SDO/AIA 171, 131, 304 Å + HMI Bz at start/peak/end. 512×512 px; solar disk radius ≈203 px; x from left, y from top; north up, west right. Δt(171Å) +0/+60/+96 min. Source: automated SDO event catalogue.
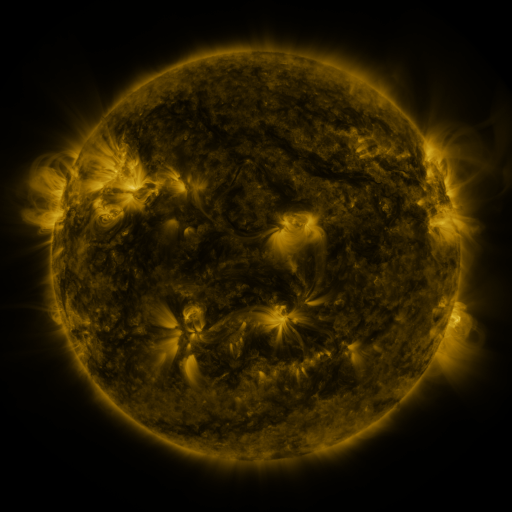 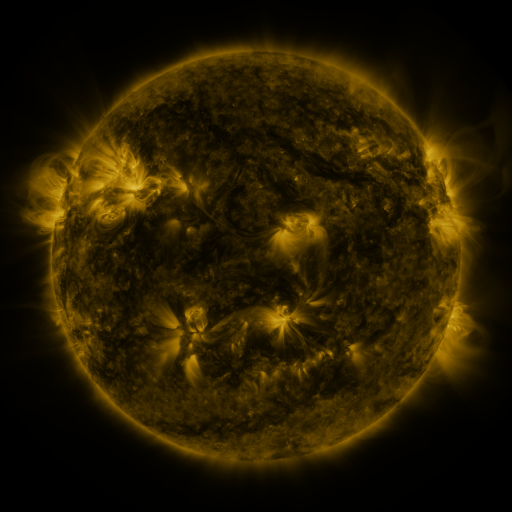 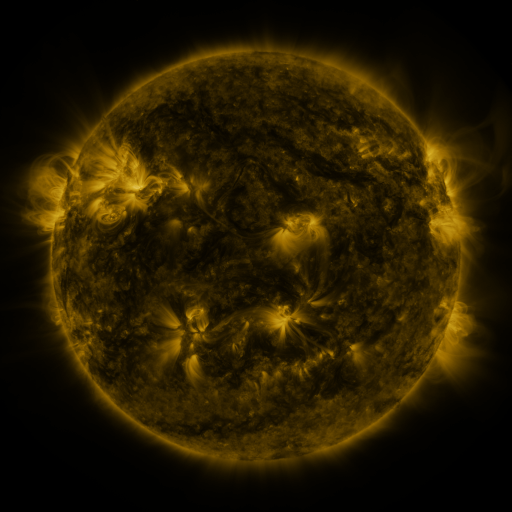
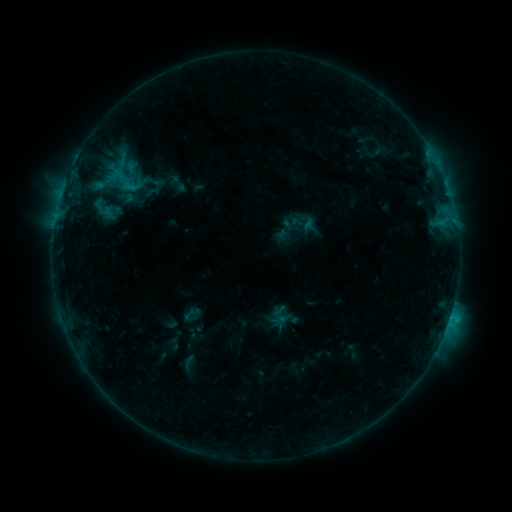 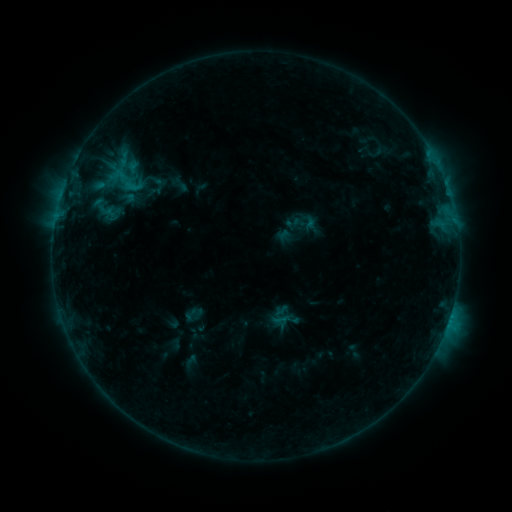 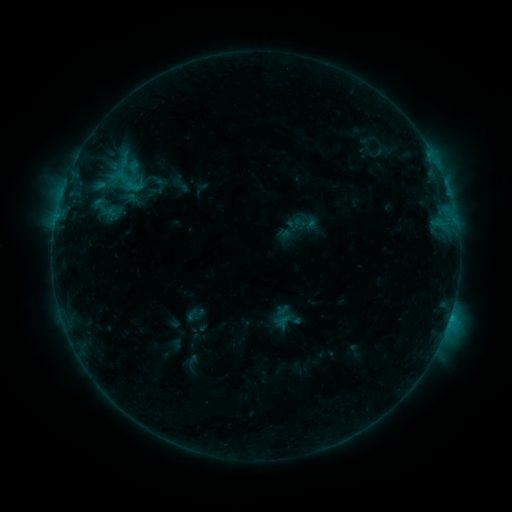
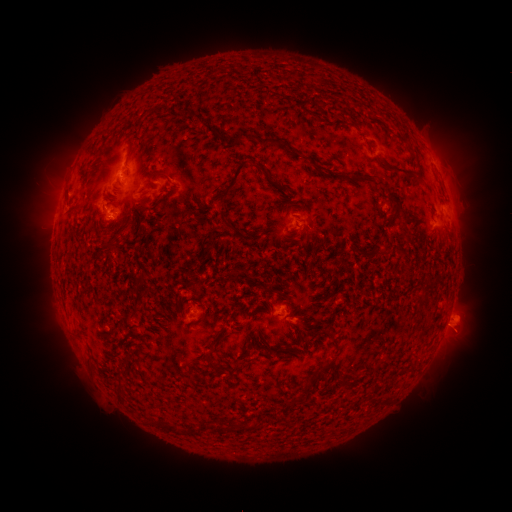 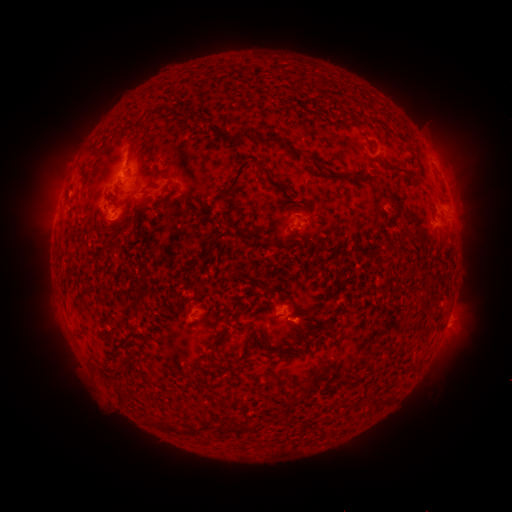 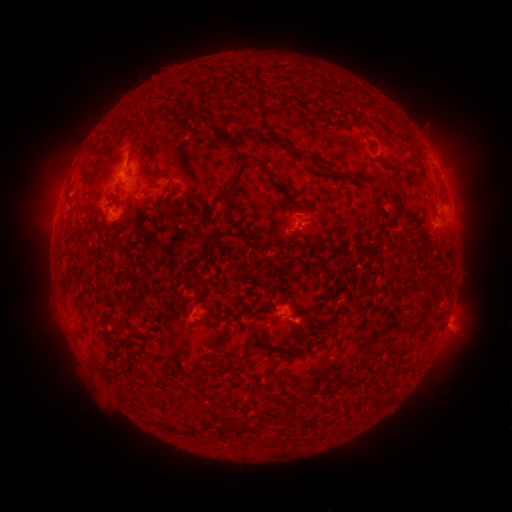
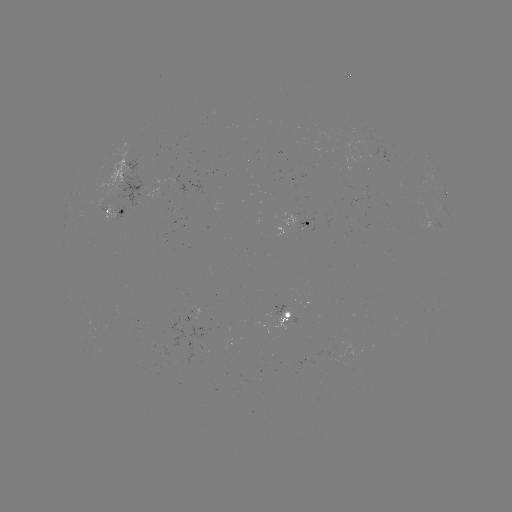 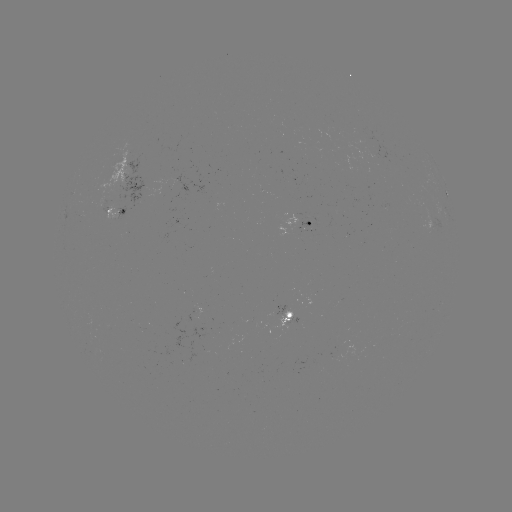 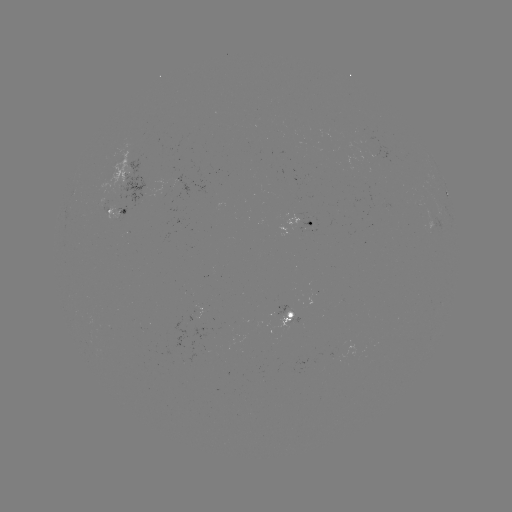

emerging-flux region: <bbox>195, 308, 213, 327</bbox>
